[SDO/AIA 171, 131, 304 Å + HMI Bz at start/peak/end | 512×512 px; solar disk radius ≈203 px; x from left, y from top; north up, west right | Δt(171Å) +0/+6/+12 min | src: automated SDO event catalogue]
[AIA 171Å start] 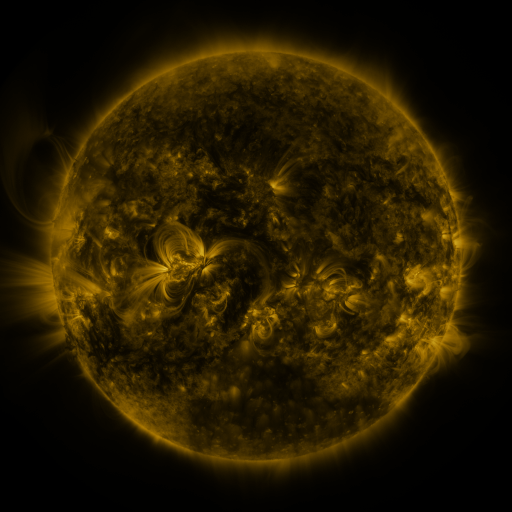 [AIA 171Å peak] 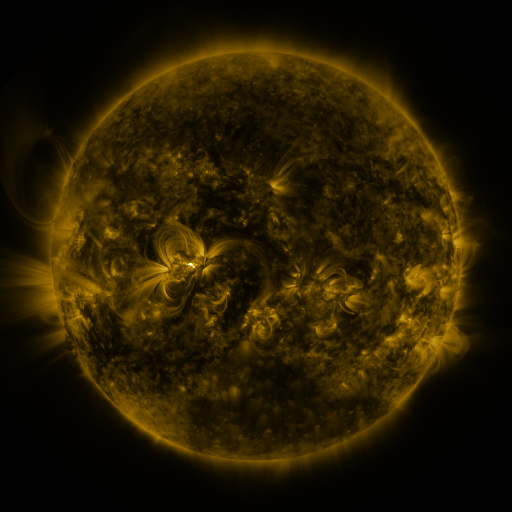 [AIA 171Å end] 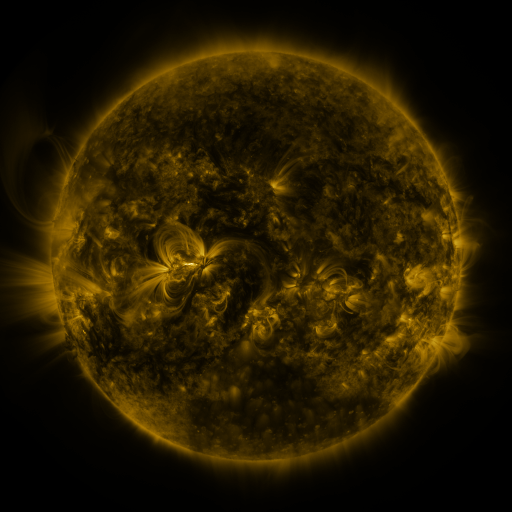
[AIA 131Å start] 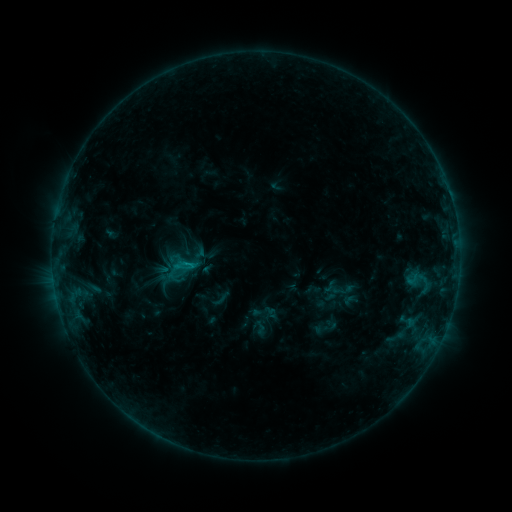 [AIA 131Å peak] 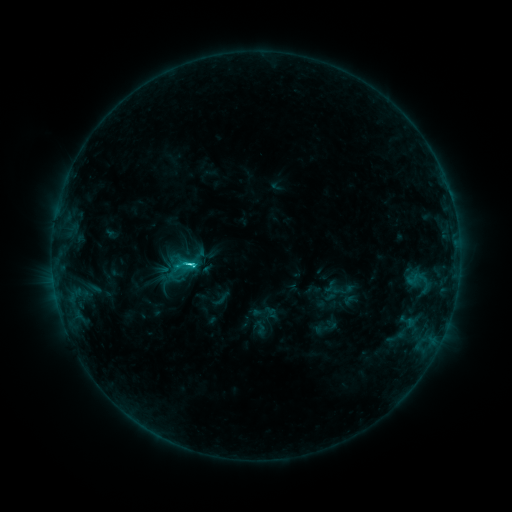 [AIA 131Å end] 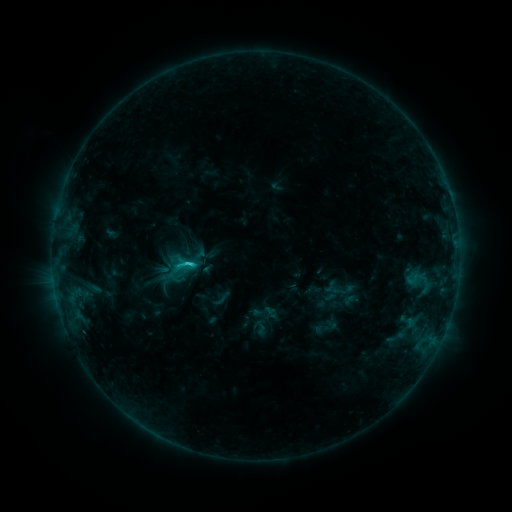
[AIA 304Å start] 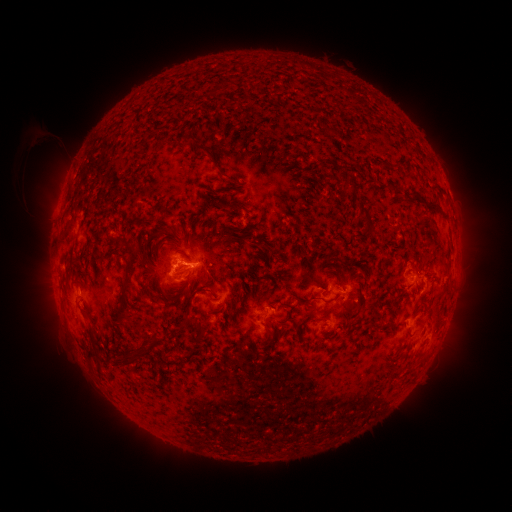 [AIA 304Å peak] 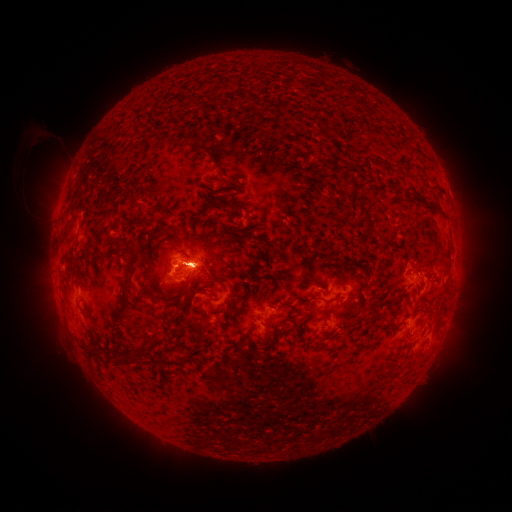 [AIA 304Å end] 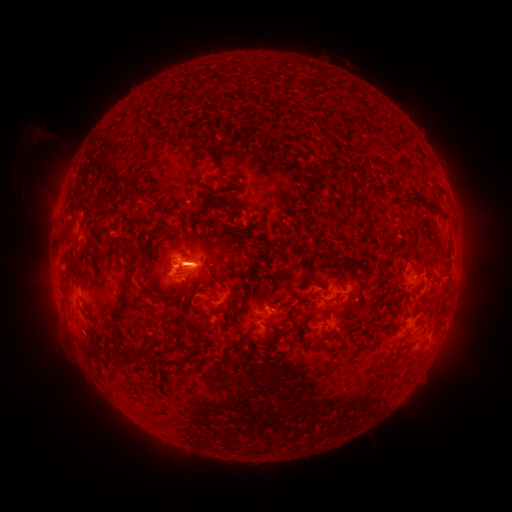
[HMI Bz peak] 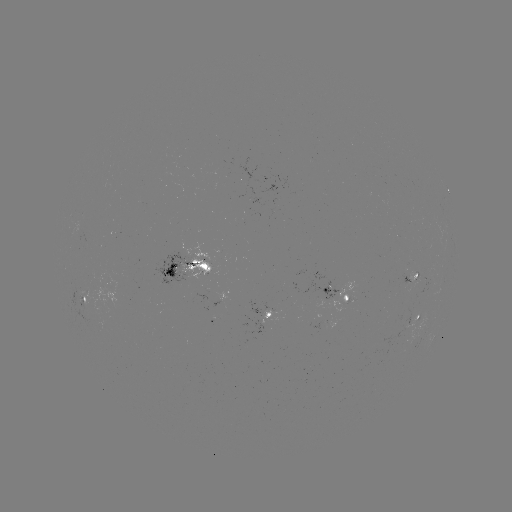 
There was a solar flare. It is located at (193, 262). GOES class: C3.8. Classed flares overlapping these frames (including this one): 1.